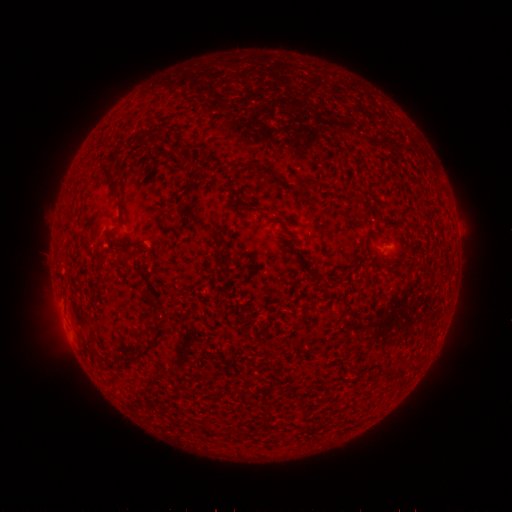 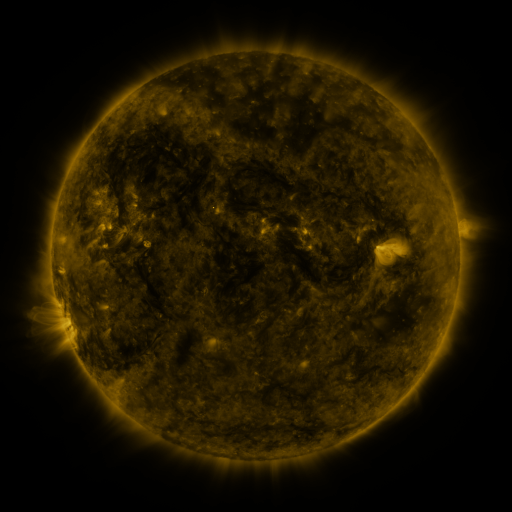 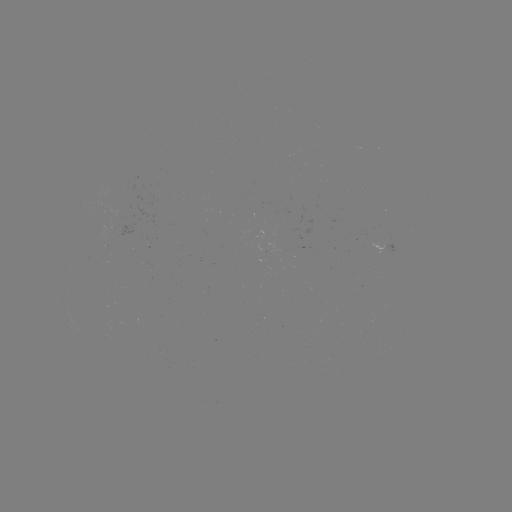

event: spotted active region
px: (388, 243)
